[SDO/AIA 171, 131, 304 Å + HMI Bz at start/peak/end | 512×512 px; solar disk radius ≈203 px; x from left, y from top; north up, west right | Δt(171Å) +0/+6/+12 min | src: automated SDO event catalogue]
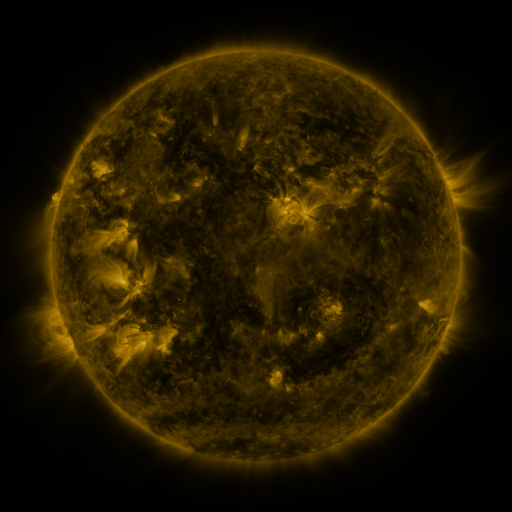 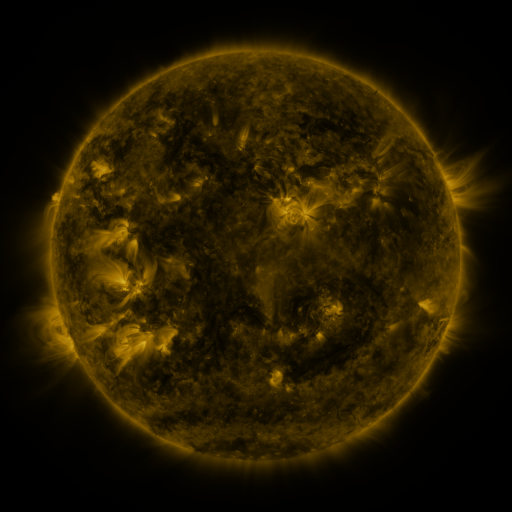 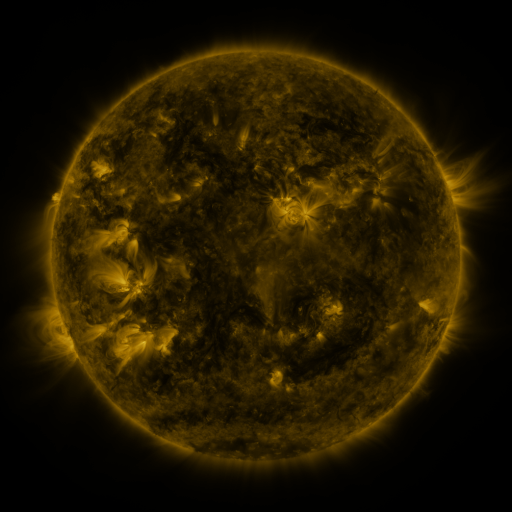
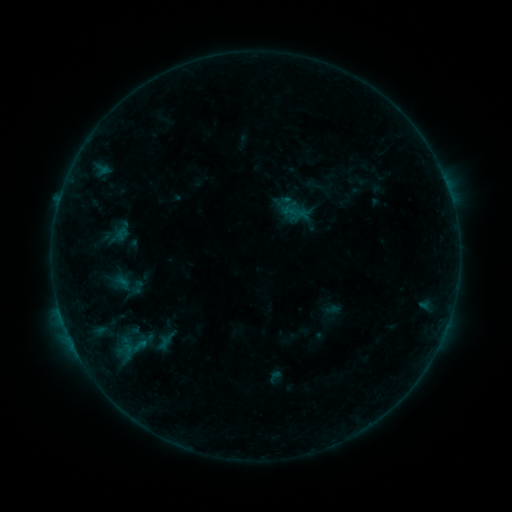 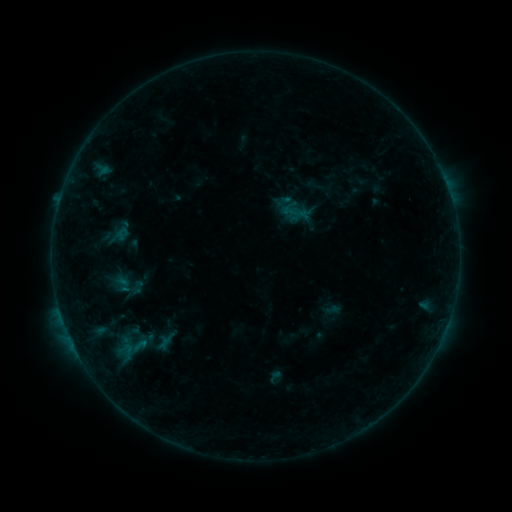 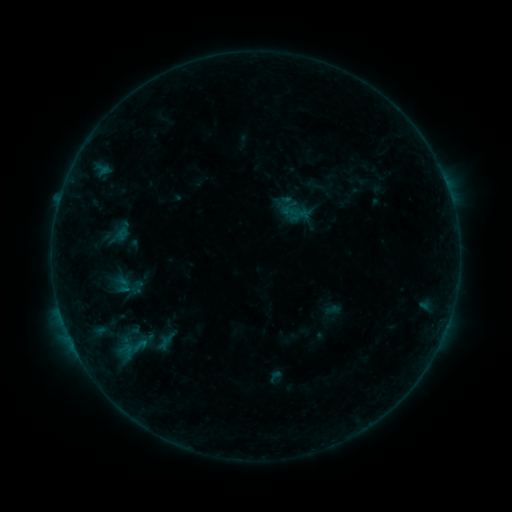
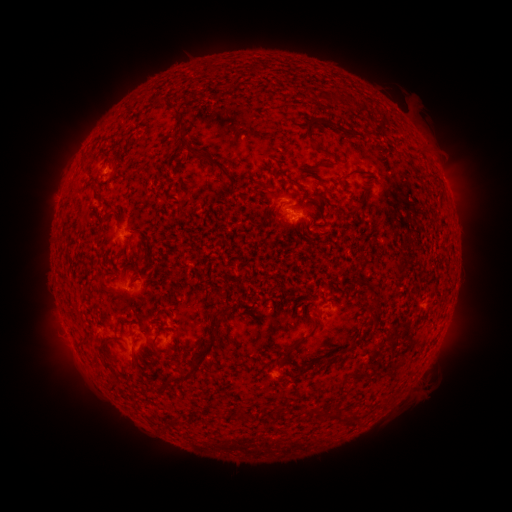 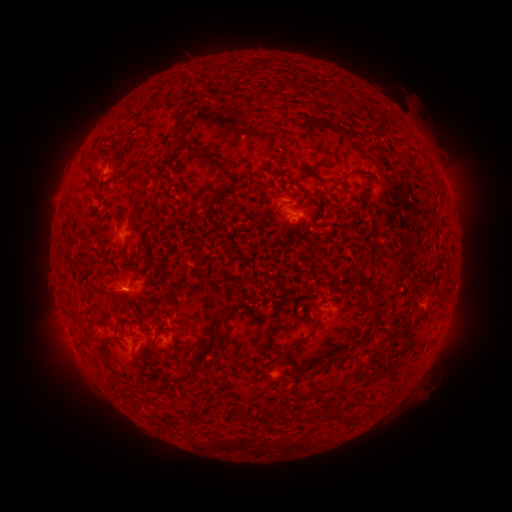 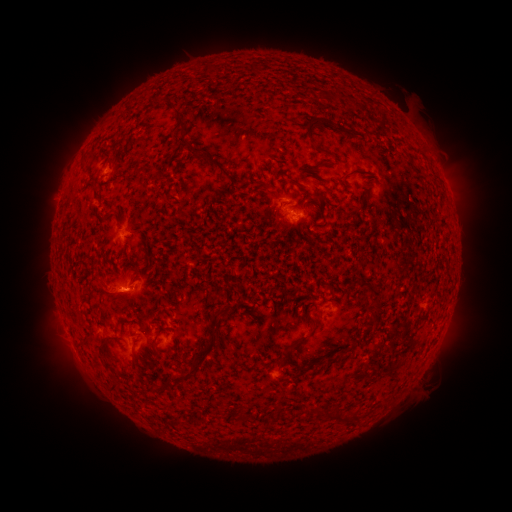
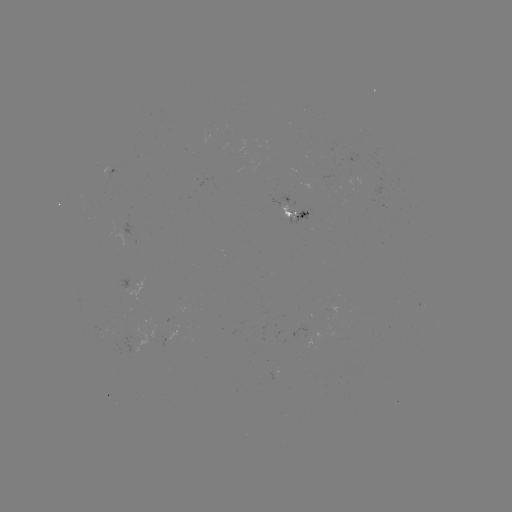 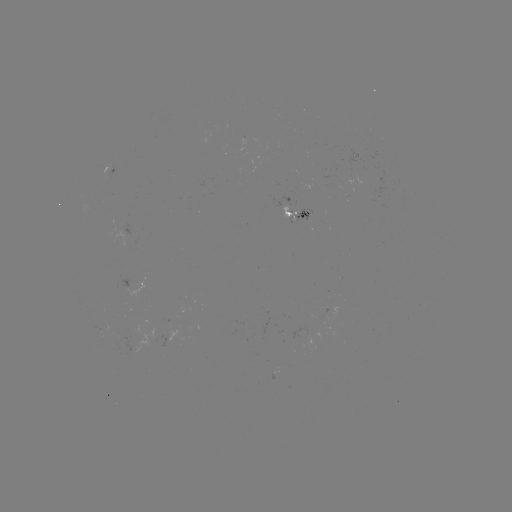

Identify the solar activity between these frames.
eruption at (119, 294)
